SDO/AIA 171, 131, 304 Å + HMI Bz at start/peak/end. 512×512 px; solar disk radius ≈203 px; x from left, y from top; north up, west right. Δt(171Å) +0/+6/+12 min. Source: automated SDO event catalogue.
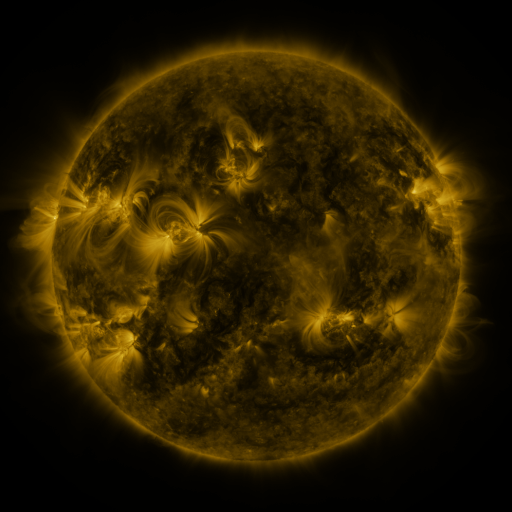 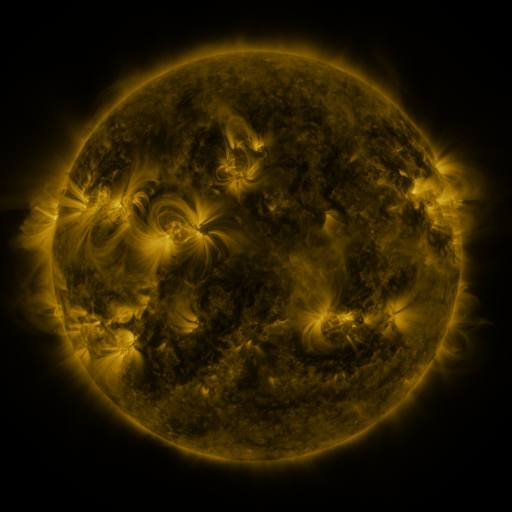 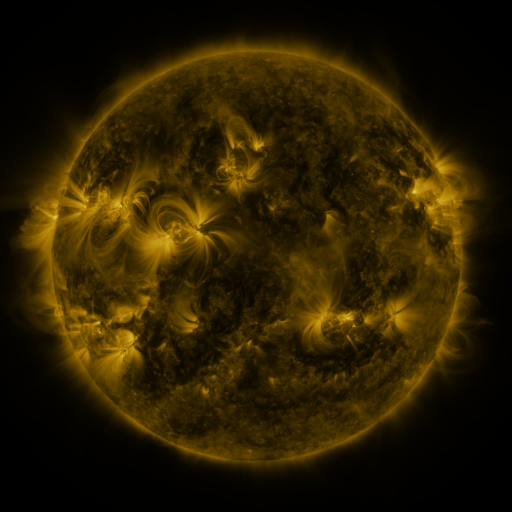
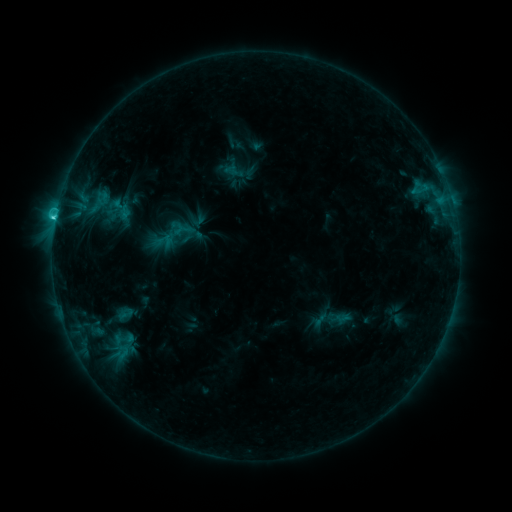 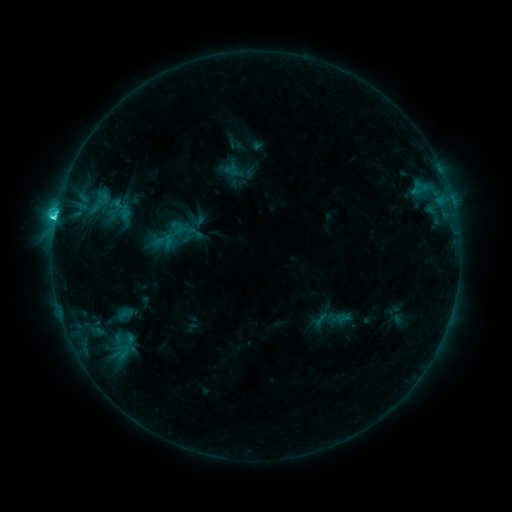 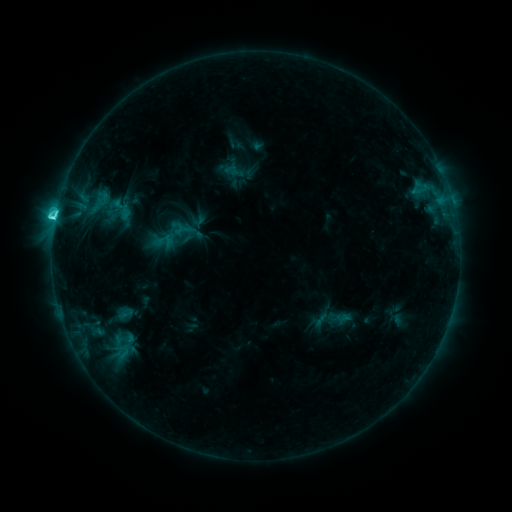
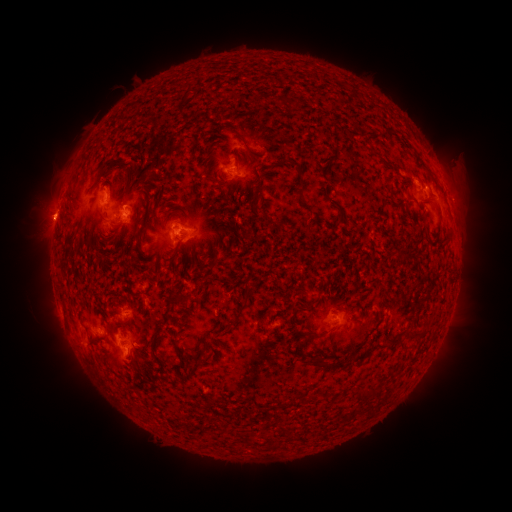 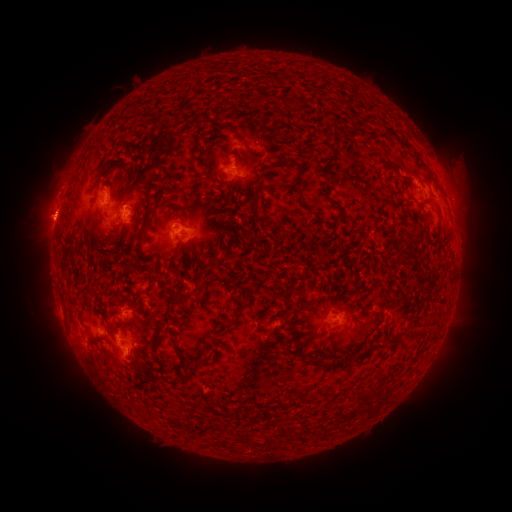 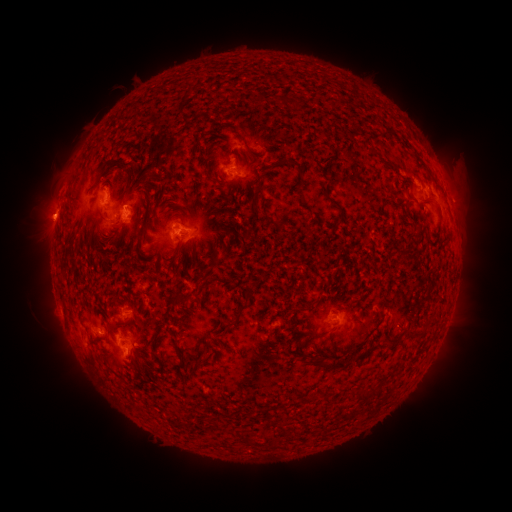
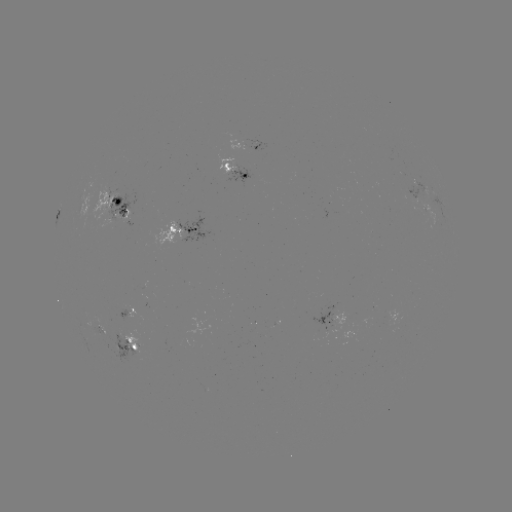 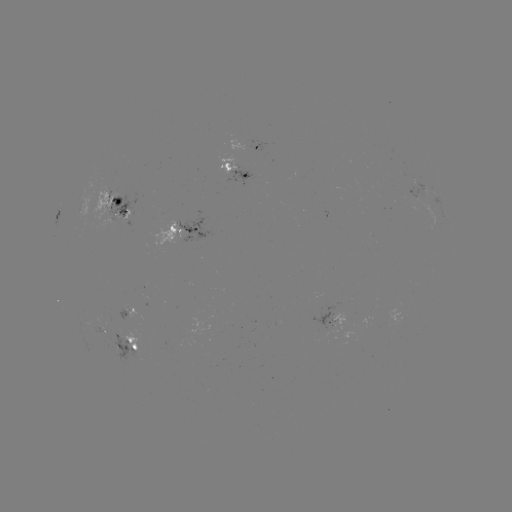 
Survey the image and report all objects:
eruption: (53, 202)
